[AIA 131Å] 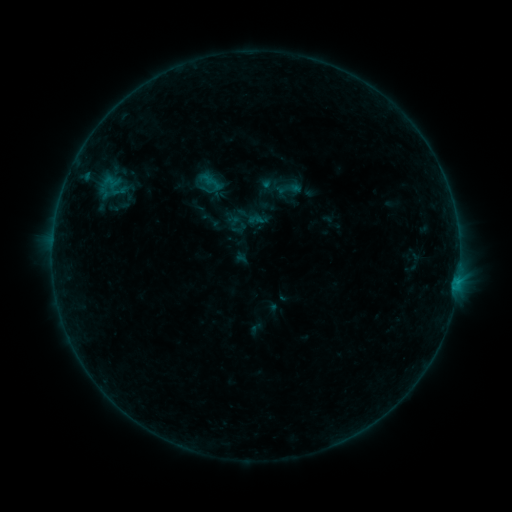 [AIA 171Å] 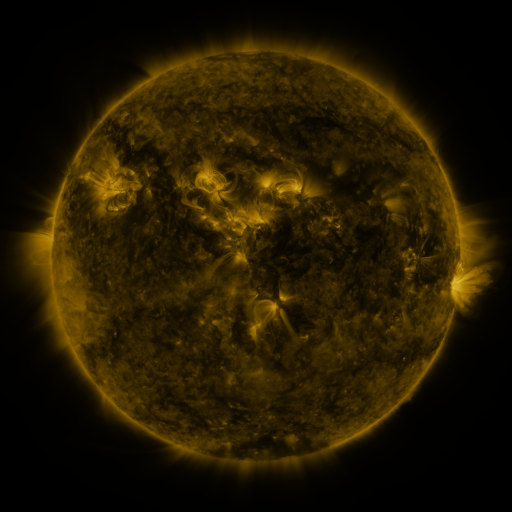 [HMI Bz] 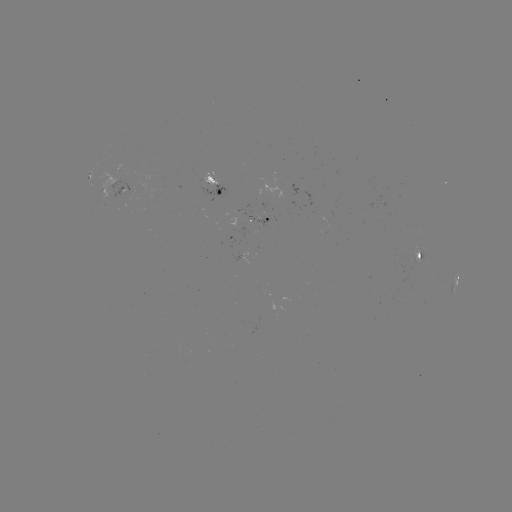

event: sigmoid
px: (289, 188)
